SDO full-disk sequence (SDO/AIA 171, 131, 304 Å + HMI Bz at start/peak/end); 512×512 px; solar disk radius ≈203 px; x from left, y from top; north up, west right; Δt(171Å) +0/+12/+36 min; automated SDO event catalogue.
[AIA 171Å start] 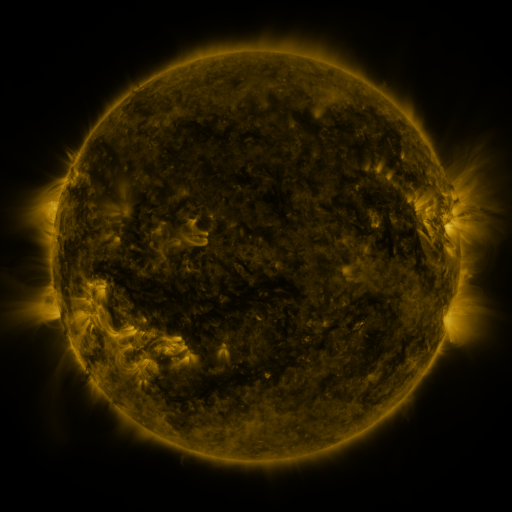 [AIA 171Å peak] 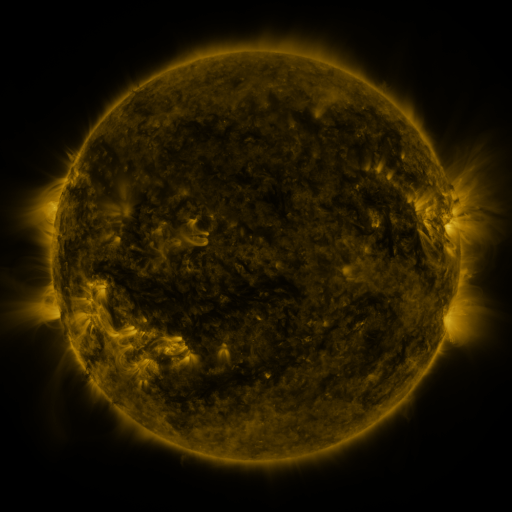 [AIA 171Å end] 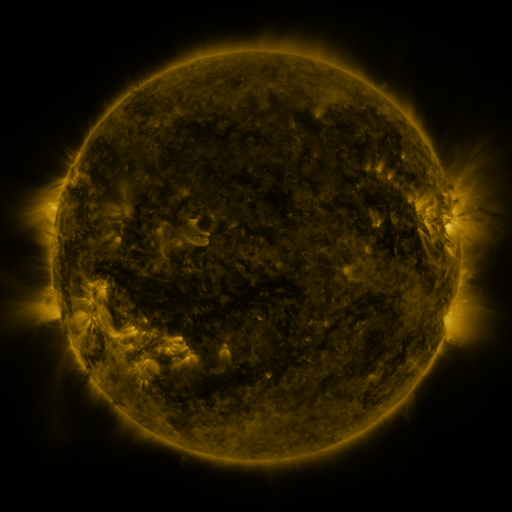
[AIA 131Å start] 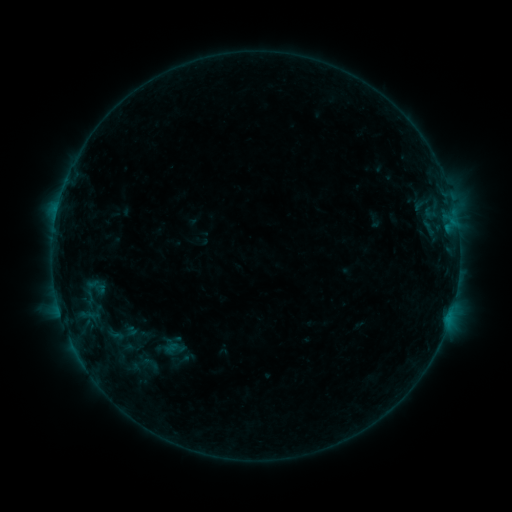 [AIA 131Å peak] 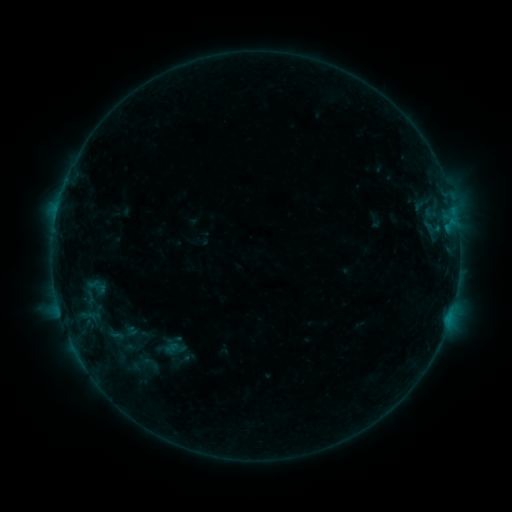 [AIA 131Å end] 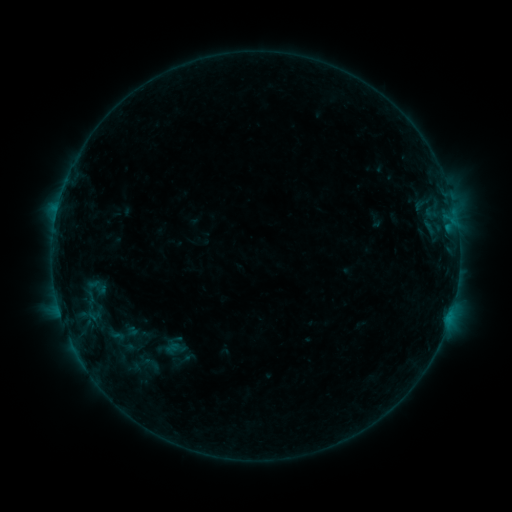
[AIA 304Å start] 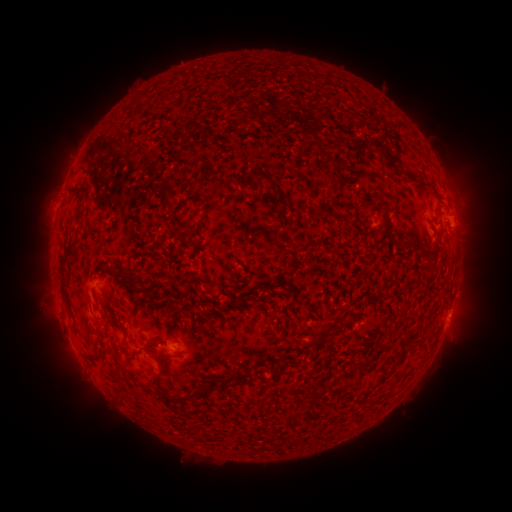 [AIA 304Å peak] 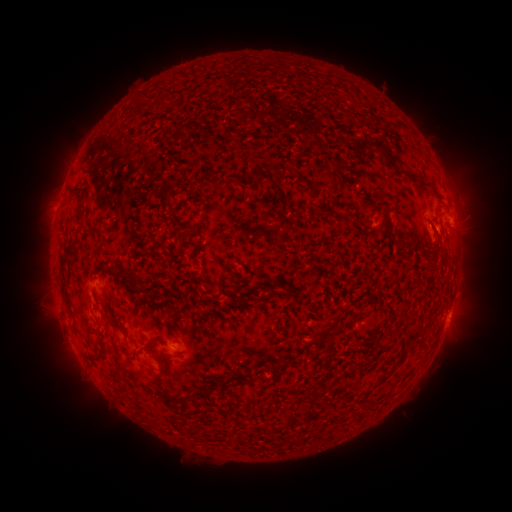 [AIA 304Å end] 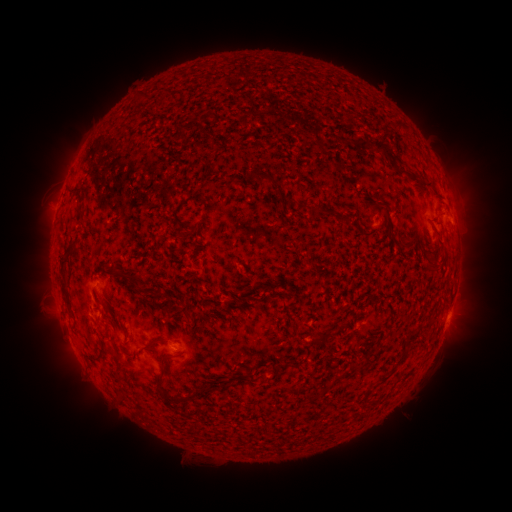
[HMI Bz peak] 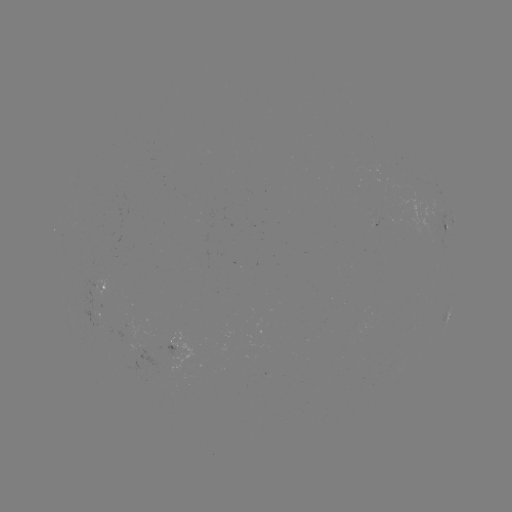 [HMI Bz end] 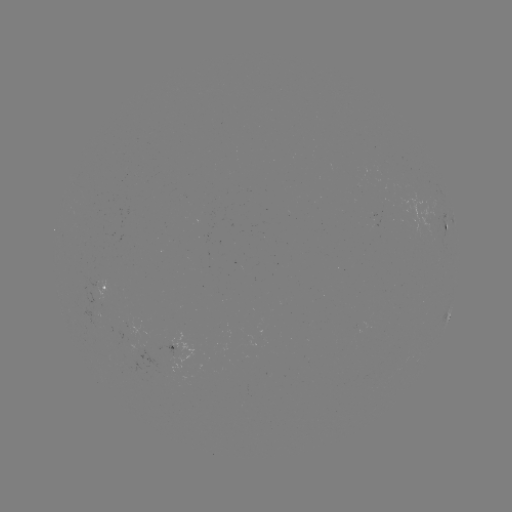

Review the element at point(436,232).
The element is B5.1 flare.